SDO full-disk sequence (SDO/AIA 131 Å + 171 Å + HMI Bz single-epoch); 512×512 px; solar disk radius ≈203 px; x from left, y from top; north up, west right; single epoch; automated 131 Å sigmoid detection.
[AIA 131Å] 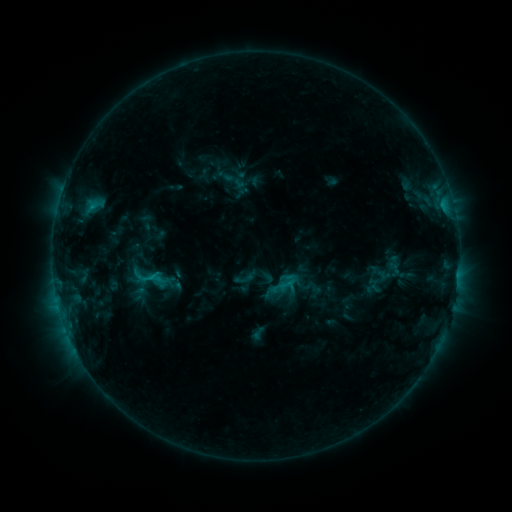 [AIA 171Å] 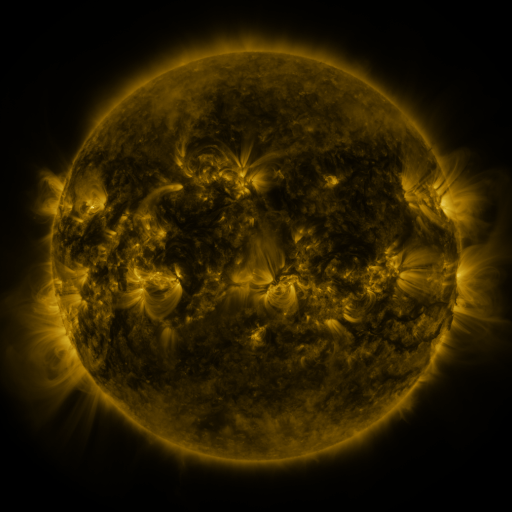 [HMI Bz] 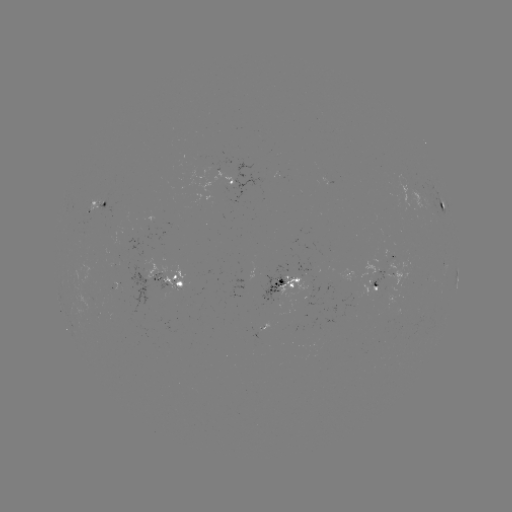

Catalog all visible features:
sigmoid: <bbox>269, 267, 300, 298</bbox>
sigmoid: <bbox>136, 268, 158, 286</bbox>
